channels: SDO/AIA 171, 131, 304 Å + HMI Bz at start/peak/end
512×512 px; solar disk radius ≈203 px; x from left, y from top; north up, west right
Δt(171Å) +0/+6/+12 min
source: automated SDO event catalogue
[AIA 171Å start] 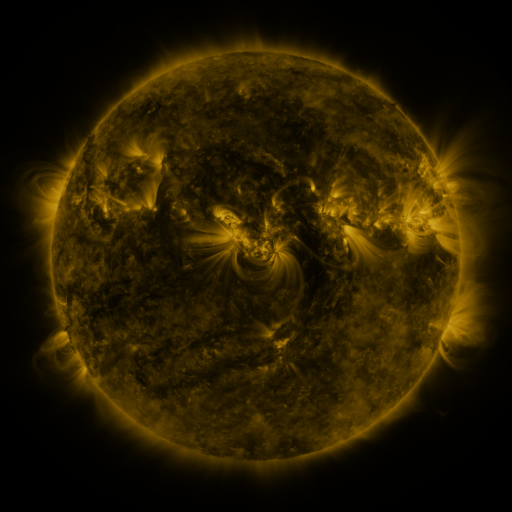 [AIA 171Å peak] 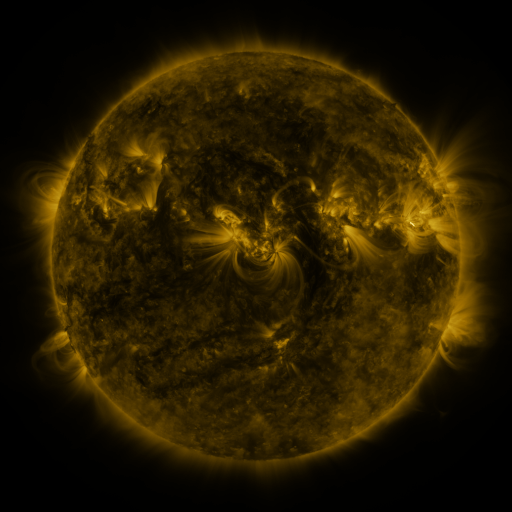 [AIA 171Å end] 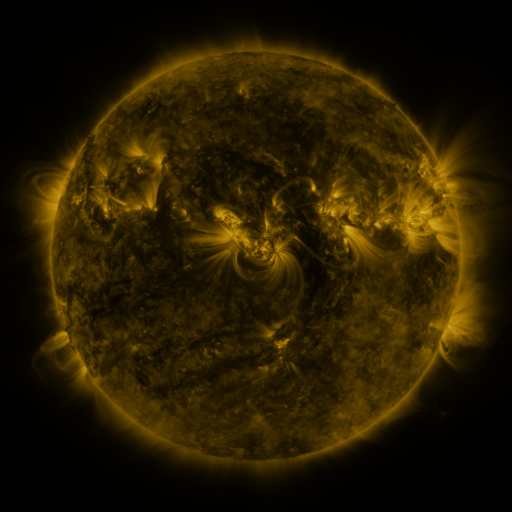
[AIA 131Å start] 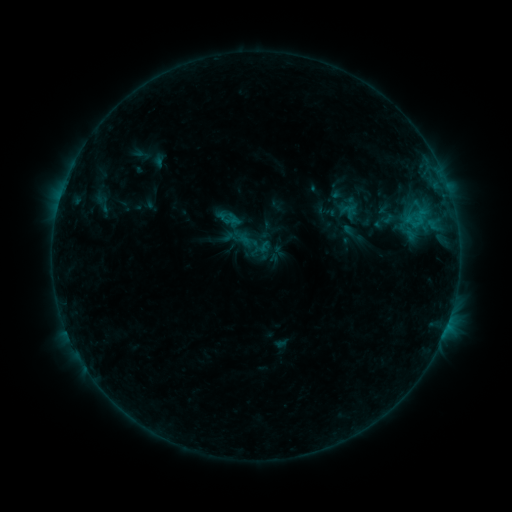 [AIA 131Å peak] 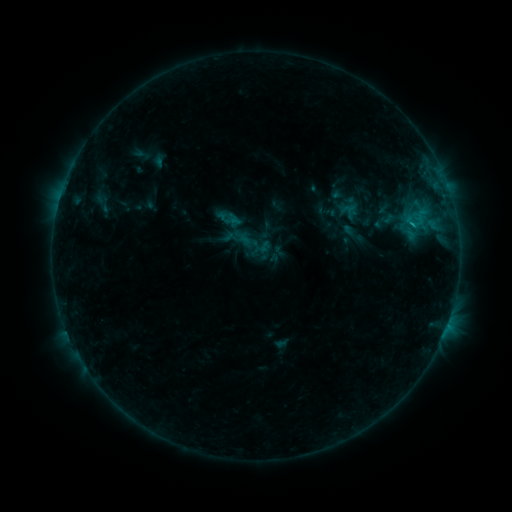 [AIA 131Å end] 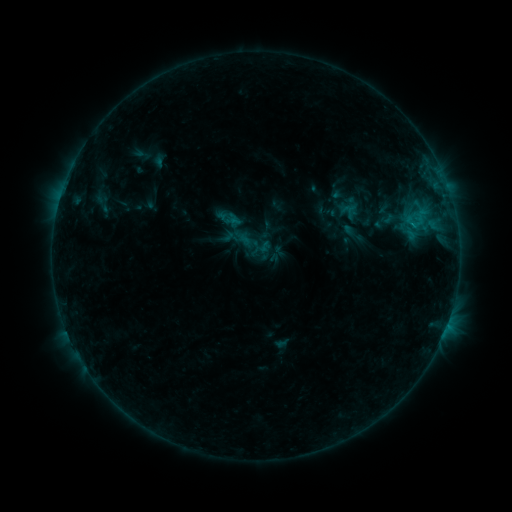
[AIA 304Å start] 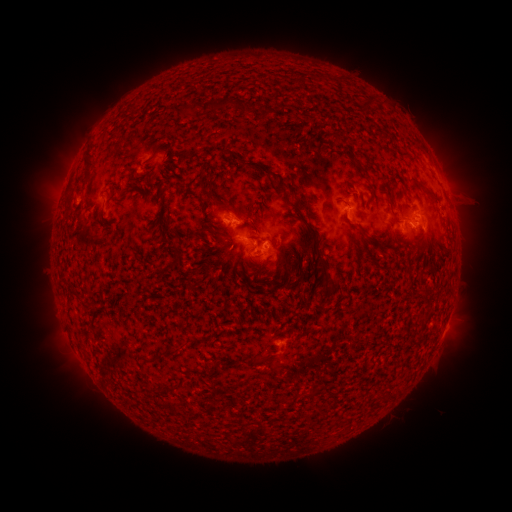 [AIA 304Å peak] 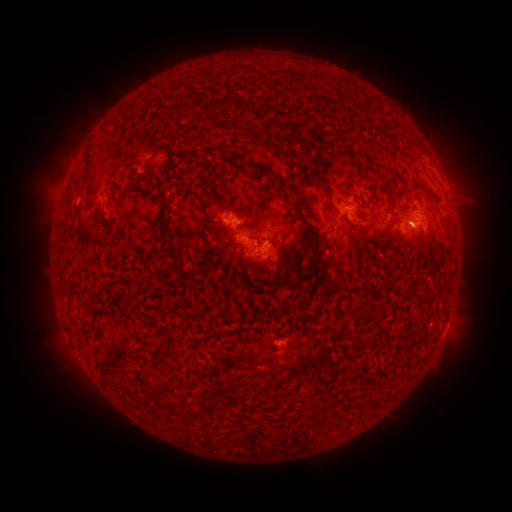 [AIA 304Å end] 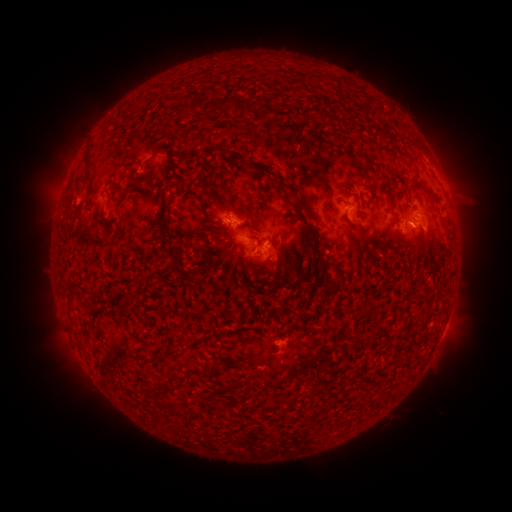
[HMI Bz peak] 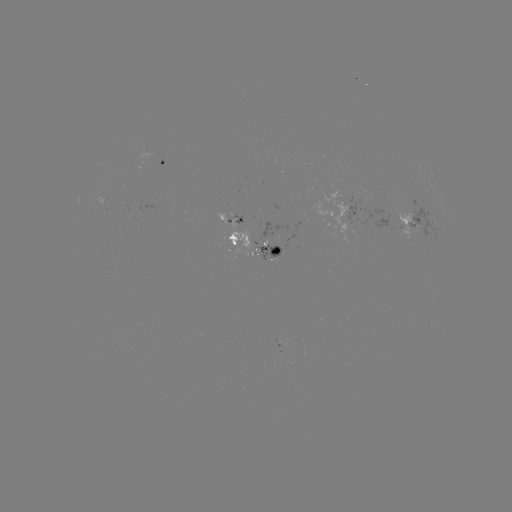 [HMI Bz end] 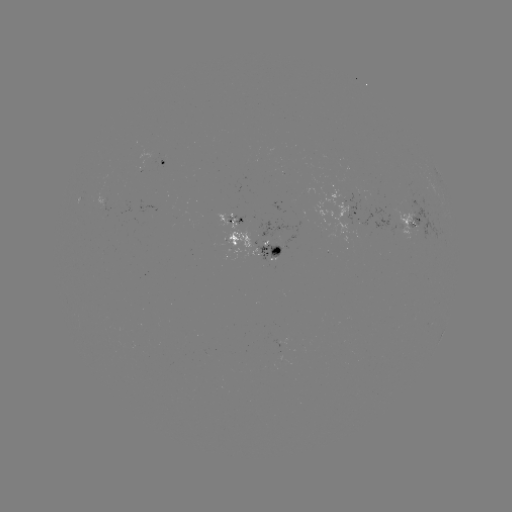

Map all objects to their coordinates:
B9.3 flare: (411, 227)
